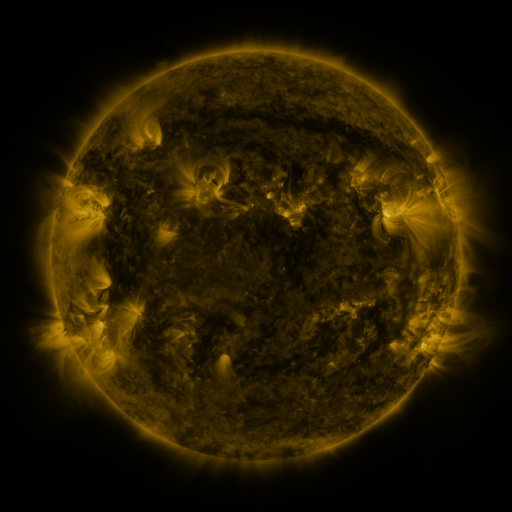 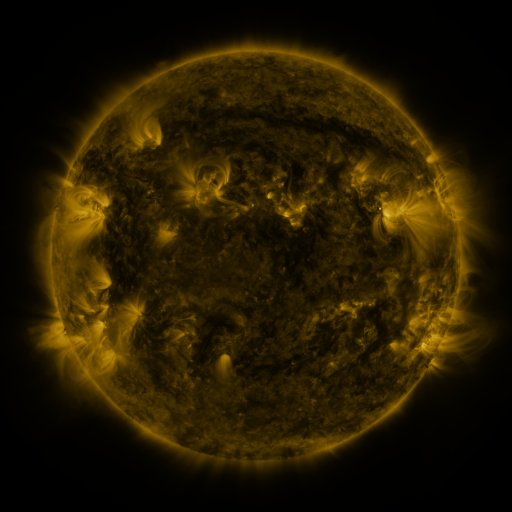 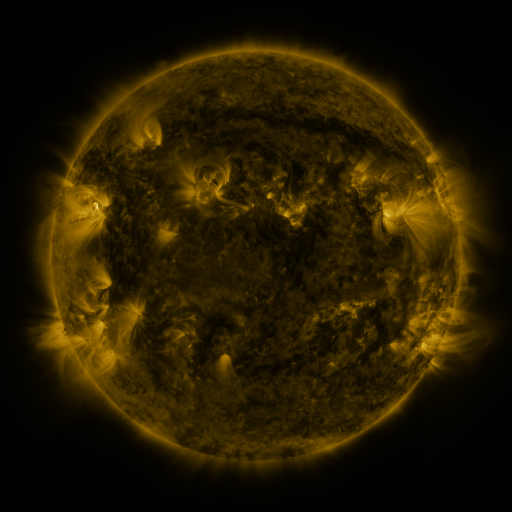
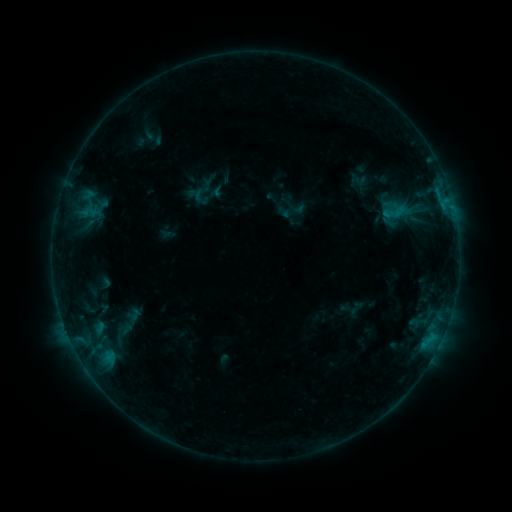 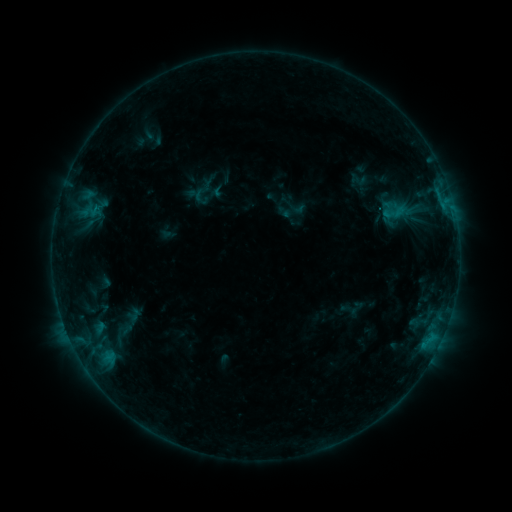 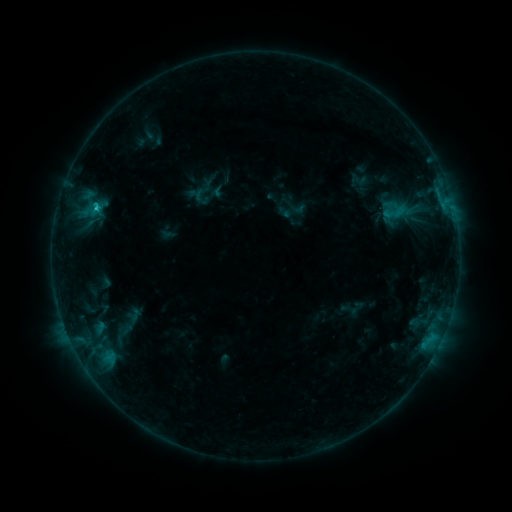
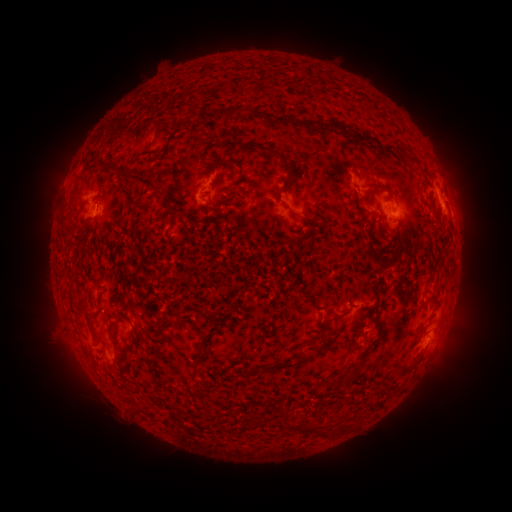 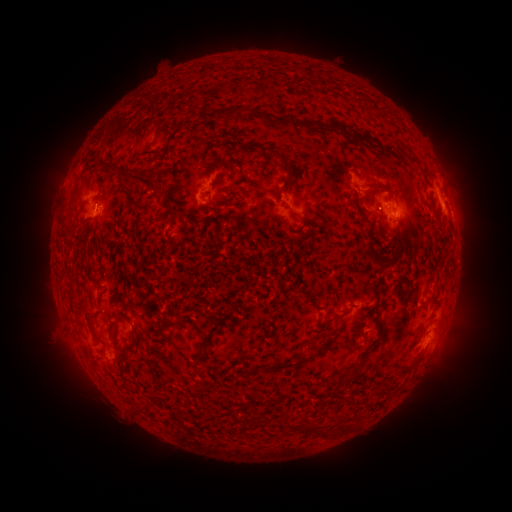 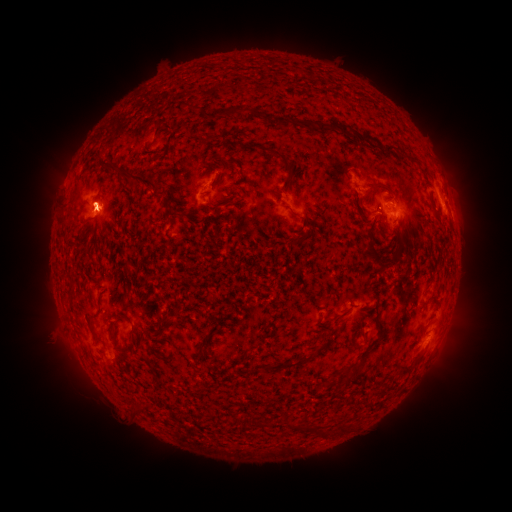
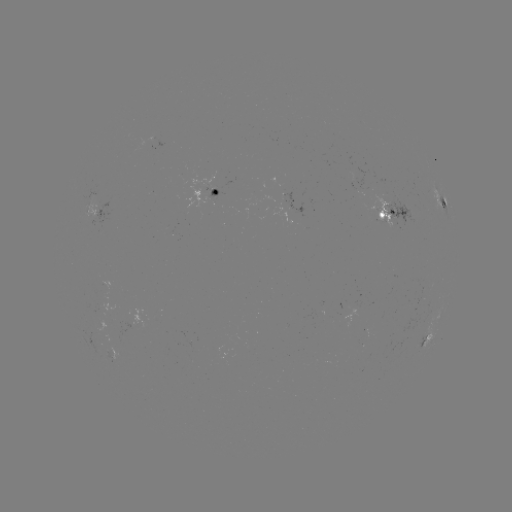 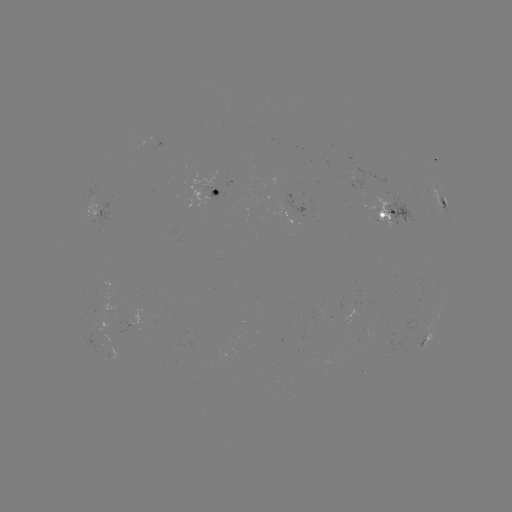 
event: flare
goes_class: B9.7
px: (96, 210)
